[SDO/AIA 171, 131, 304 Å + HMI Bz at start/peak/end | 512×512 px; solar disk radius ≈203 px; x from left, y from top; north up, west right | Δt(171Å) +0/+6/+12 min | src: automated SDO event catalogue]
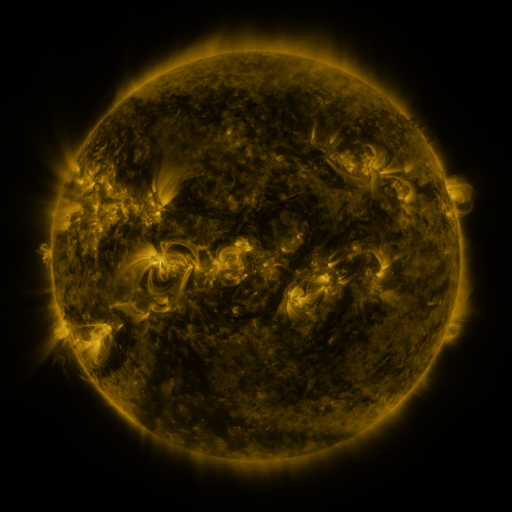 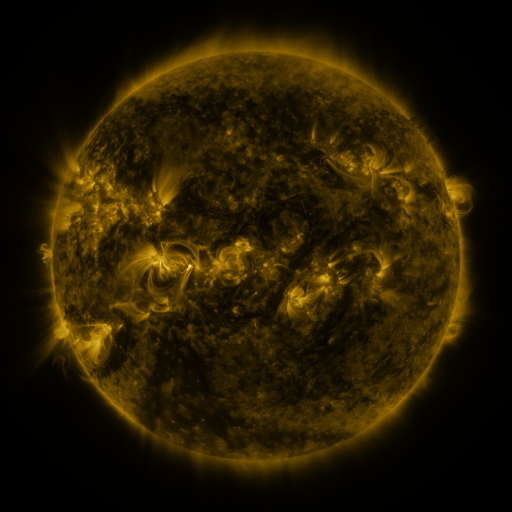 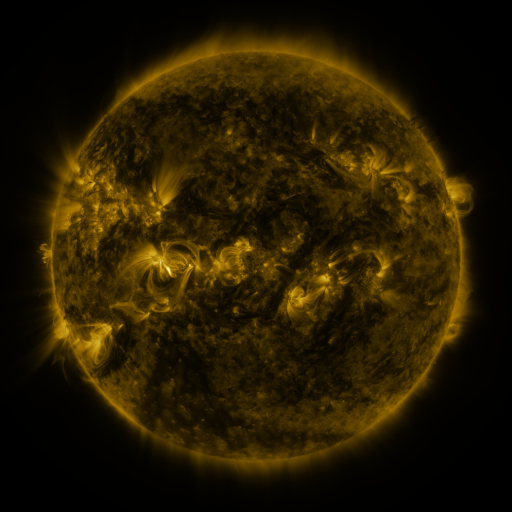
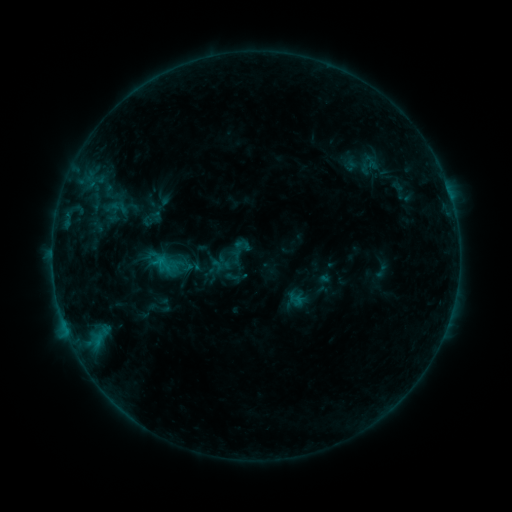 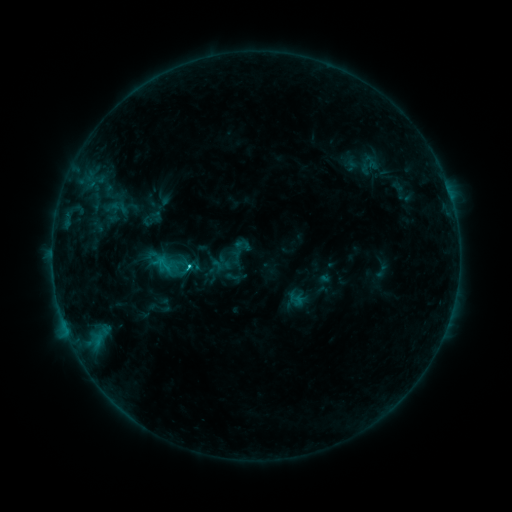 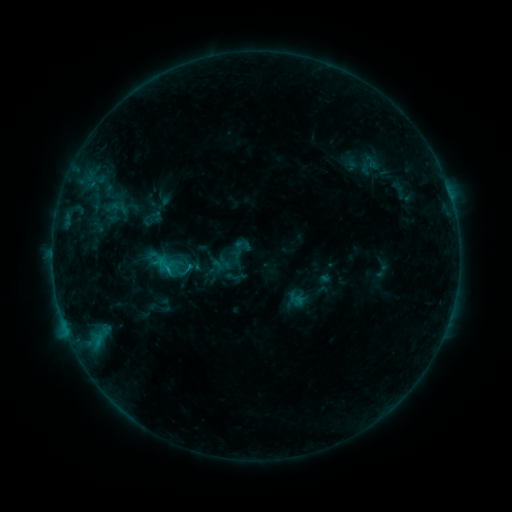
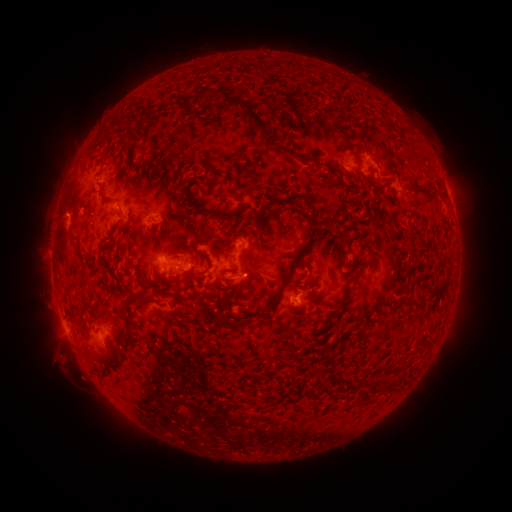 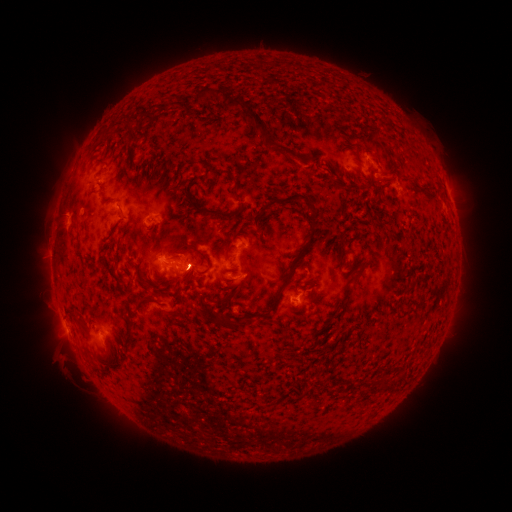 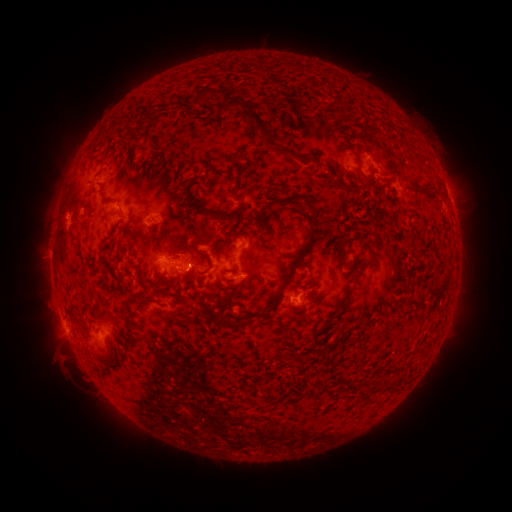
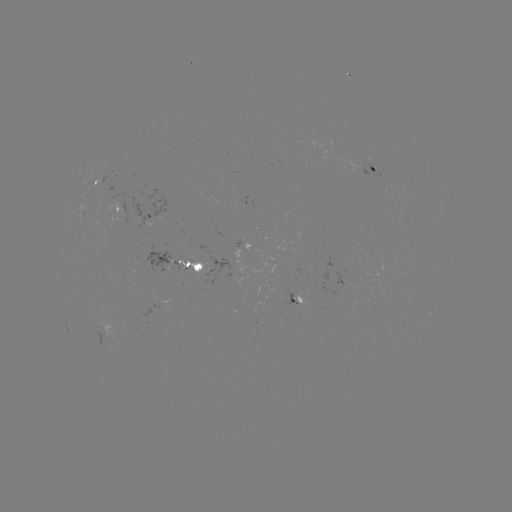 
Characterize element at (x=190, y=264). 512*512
C1.1 flare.